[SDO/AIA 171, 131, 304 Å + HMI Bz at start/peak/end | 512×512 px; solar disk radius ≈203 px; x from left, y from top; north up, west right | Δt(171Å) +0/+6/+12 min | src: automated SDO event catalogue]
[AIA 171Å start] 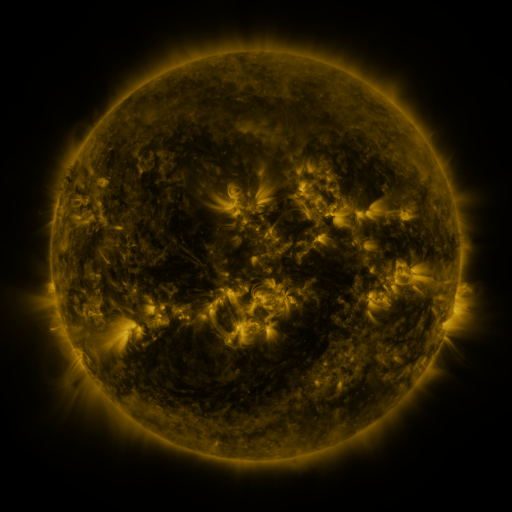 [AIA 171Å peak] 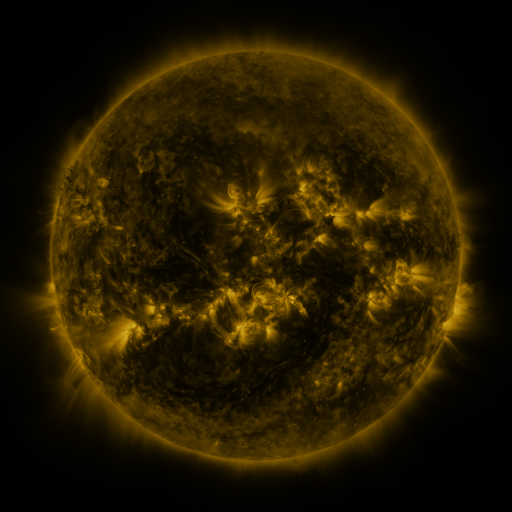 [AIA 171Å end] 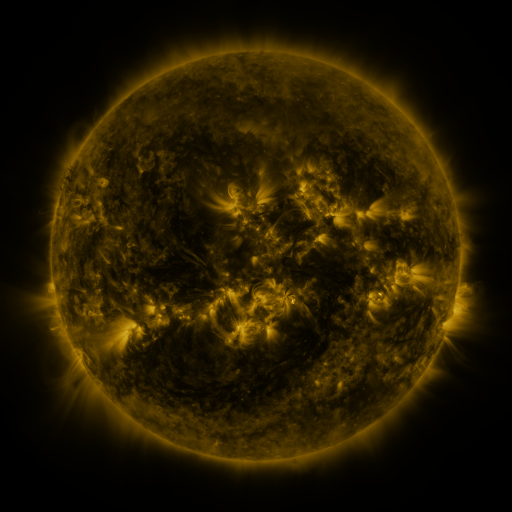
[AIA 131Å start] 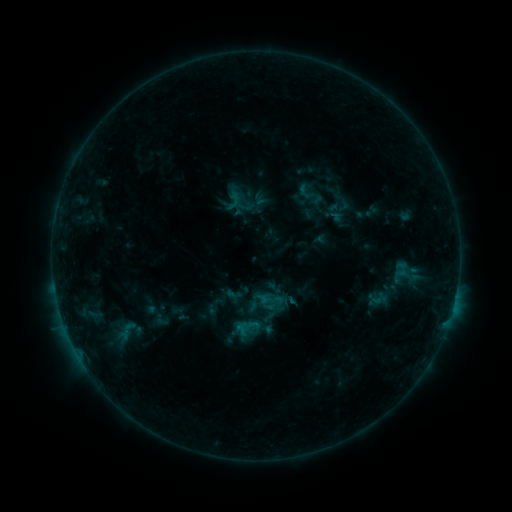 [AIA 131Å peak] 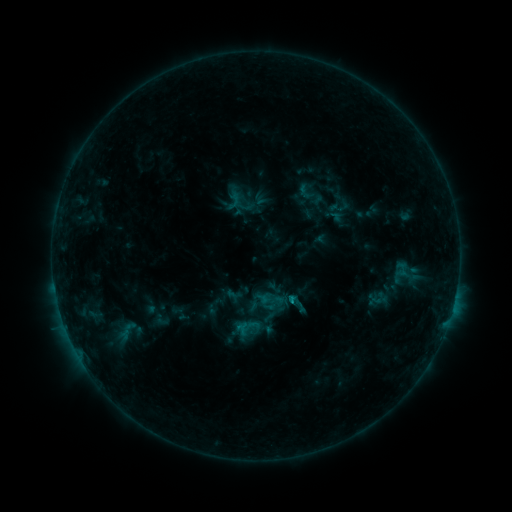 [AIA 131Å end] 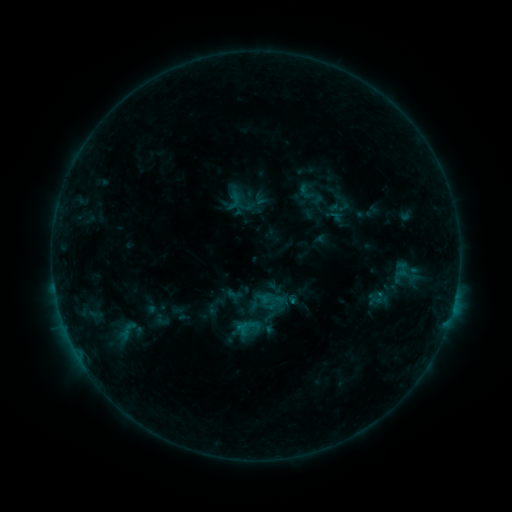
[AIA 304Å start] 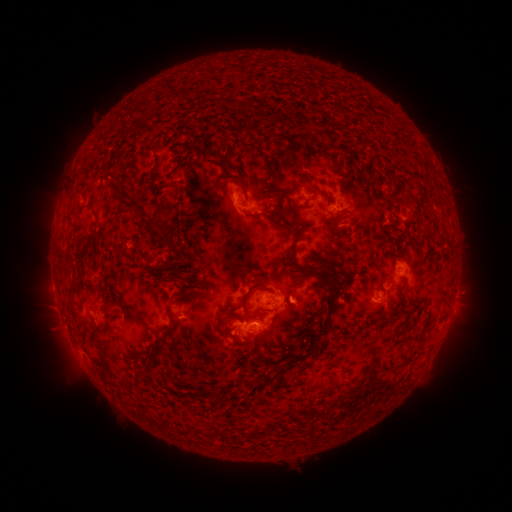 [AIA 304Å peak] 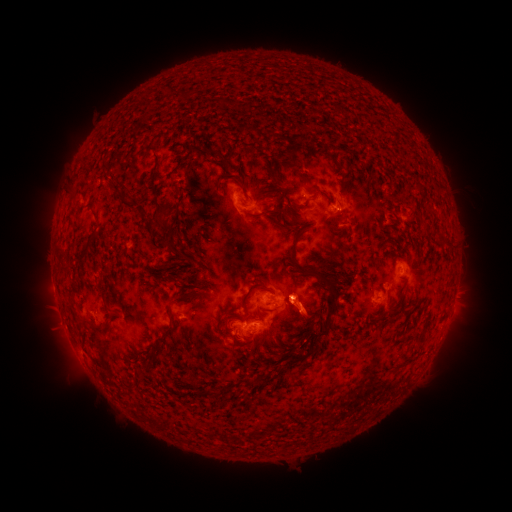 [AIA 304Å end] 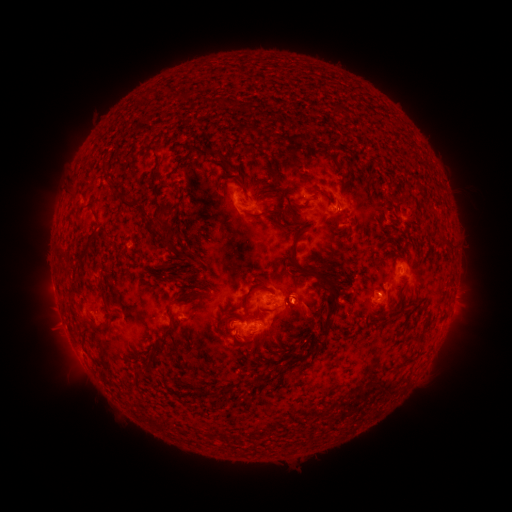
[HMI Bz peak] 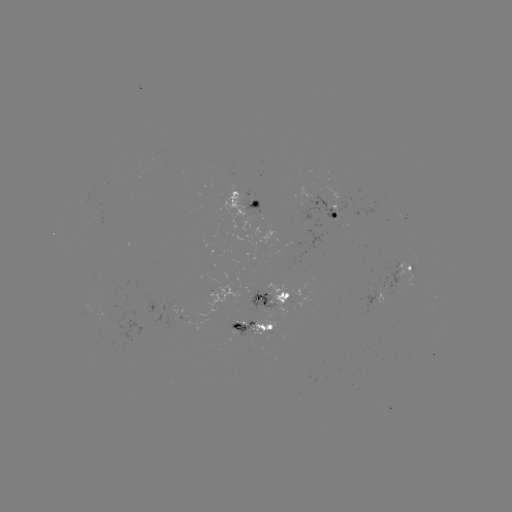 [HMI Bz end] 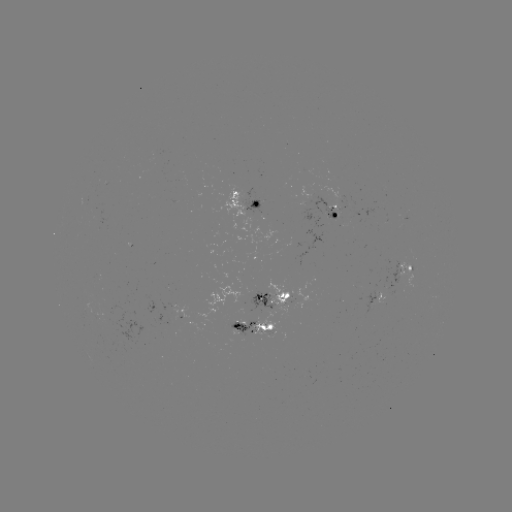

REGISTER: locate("eruption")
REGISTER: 308,311